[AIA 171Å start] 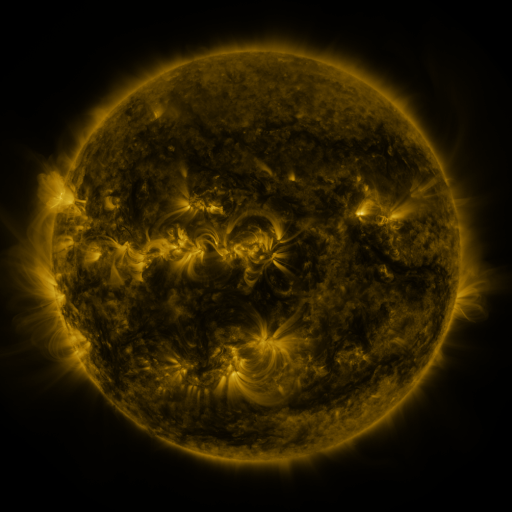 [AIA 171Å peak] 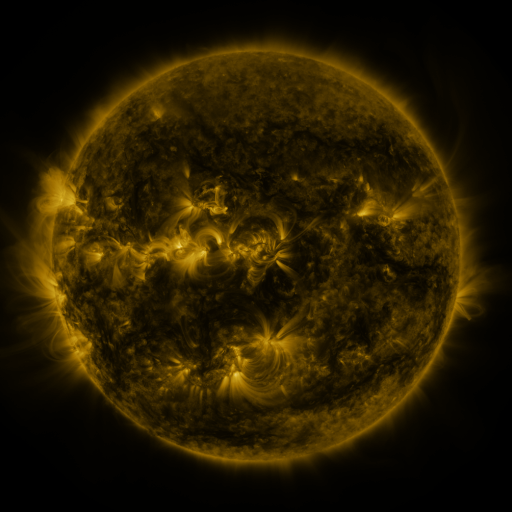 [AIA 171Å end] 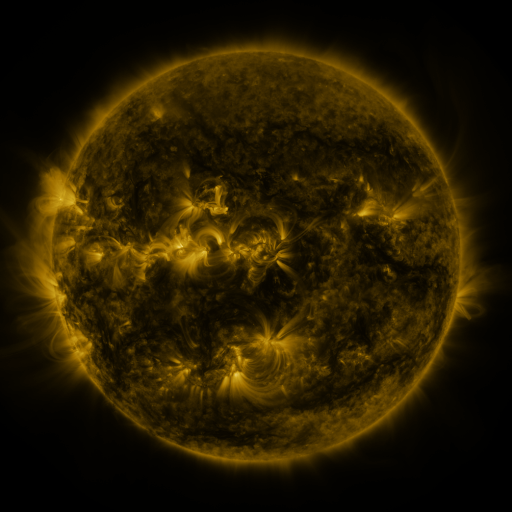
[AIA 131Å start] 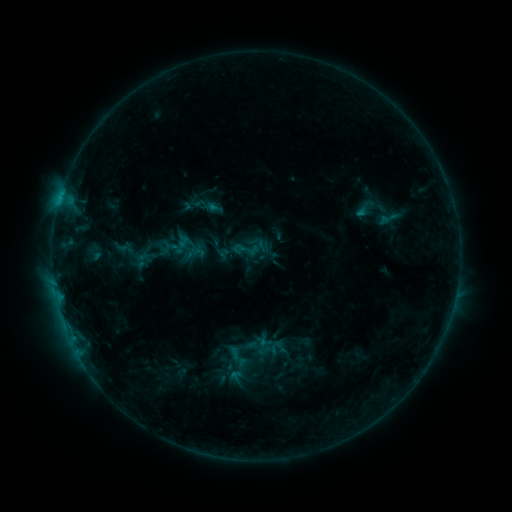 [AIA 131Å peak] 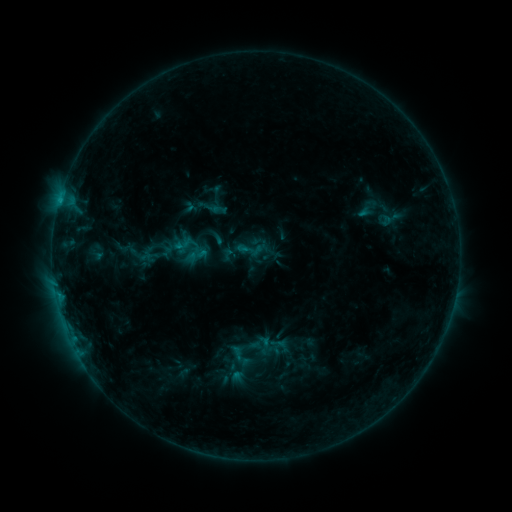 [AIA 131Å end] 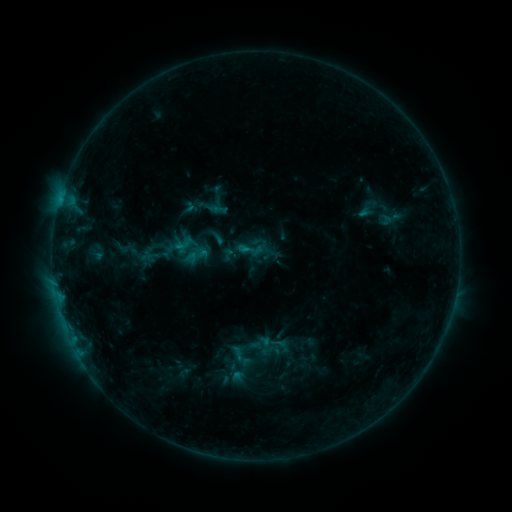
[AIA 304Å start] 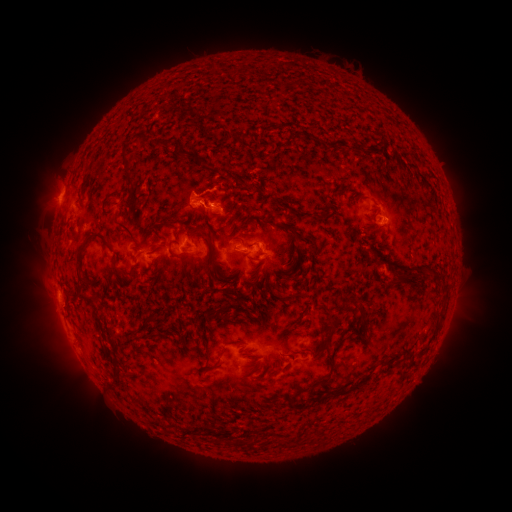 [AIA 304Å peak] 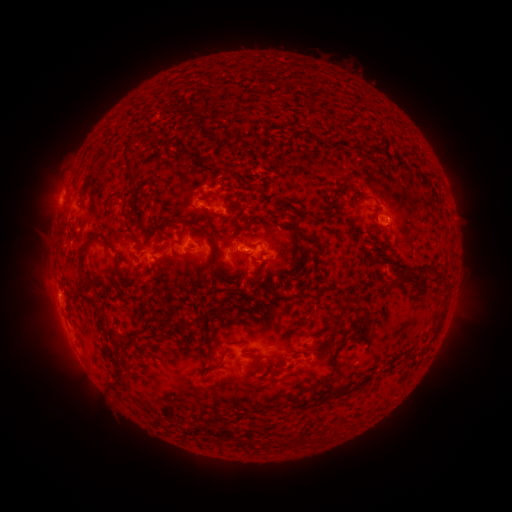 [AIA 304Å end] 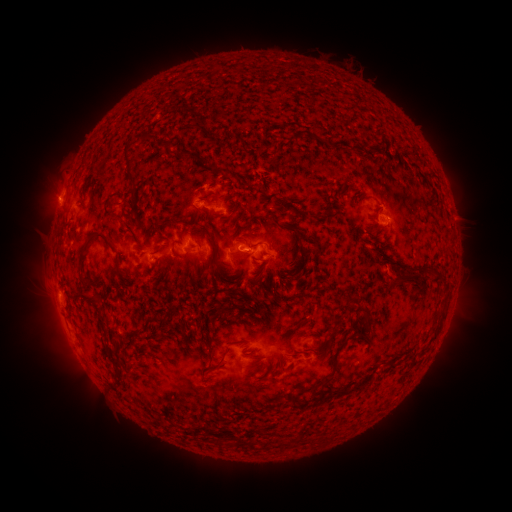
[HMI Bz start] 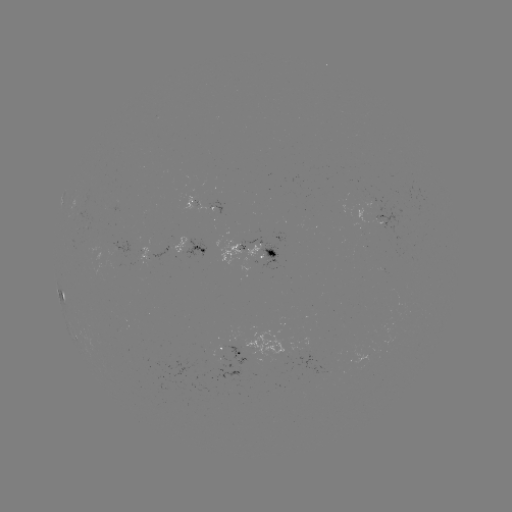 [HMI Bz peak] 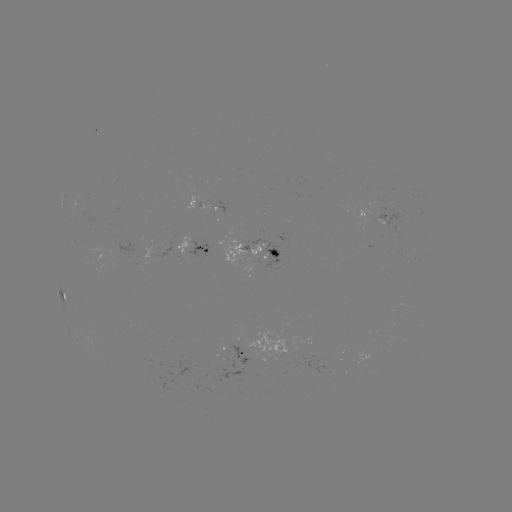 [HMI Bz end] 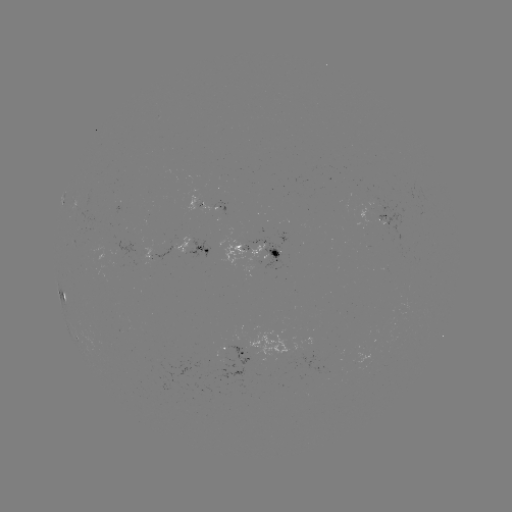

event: emerging-flux region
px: (384, 218)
